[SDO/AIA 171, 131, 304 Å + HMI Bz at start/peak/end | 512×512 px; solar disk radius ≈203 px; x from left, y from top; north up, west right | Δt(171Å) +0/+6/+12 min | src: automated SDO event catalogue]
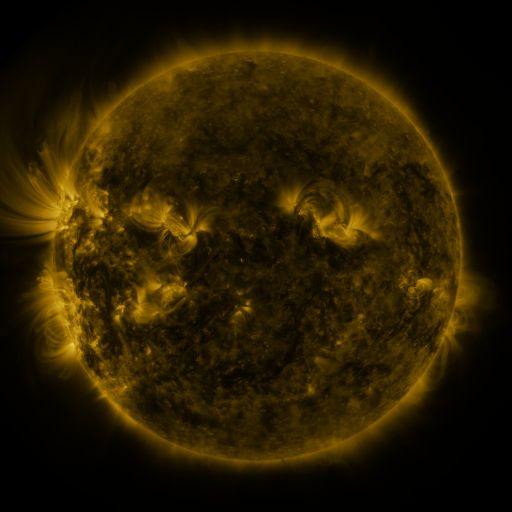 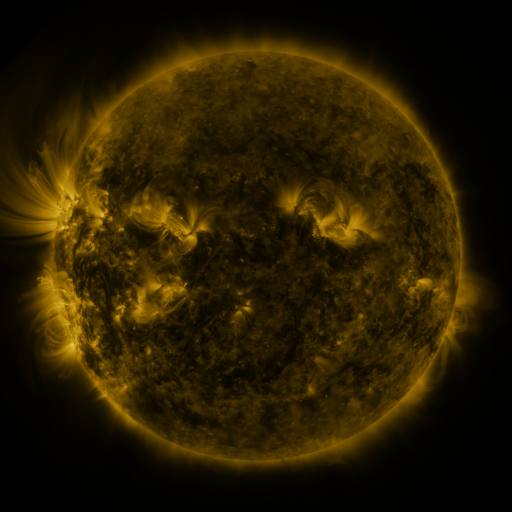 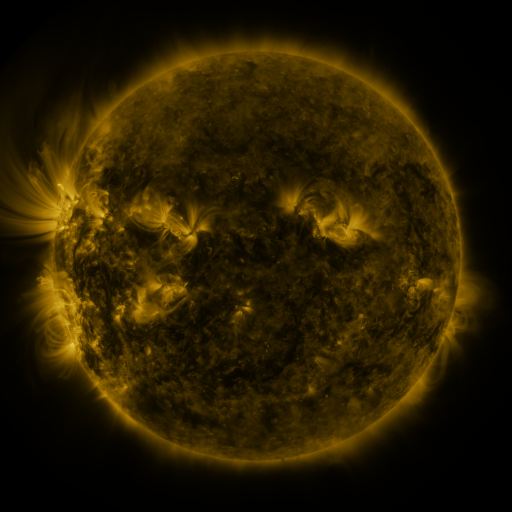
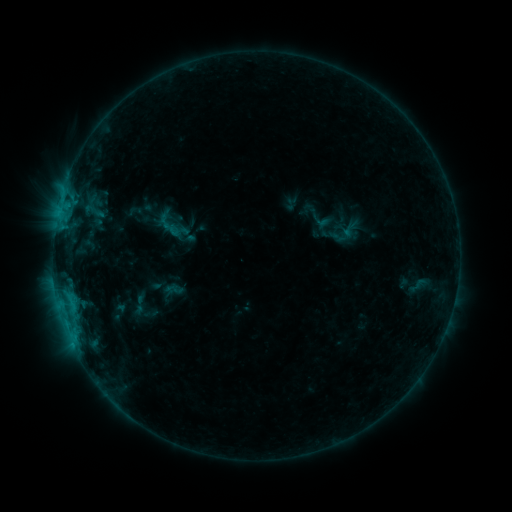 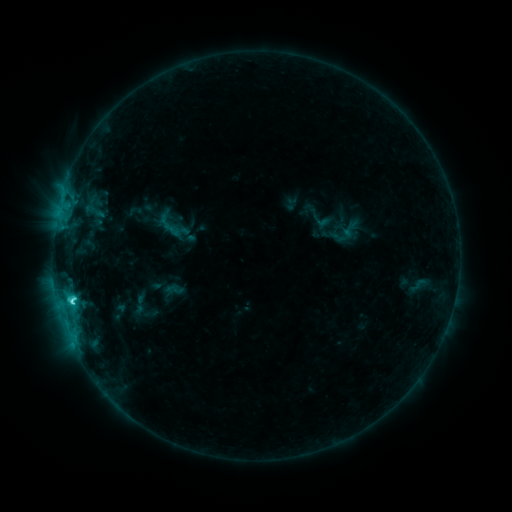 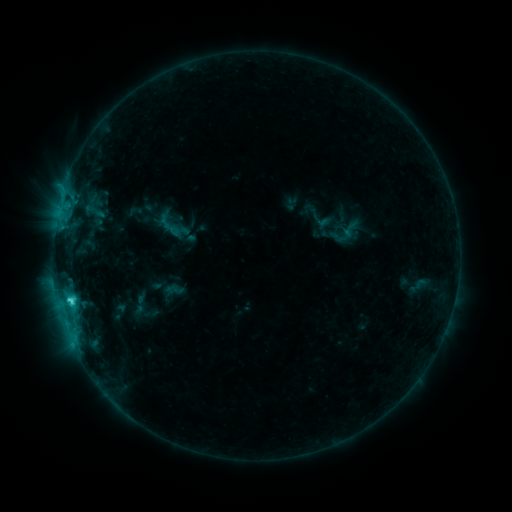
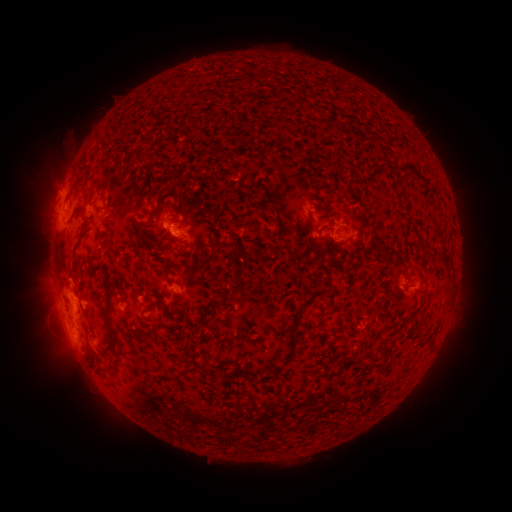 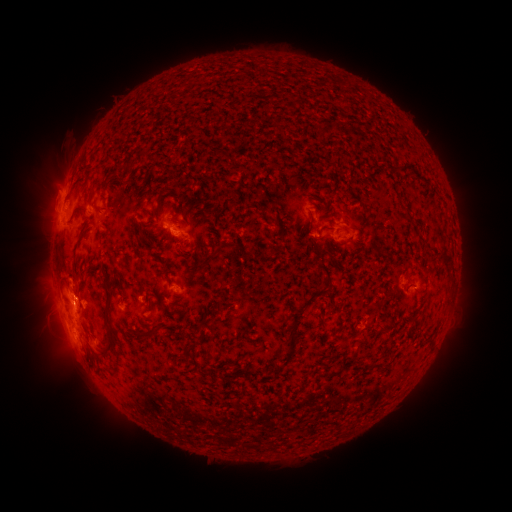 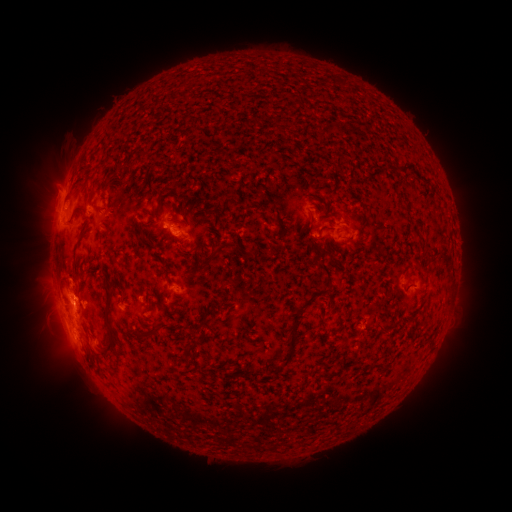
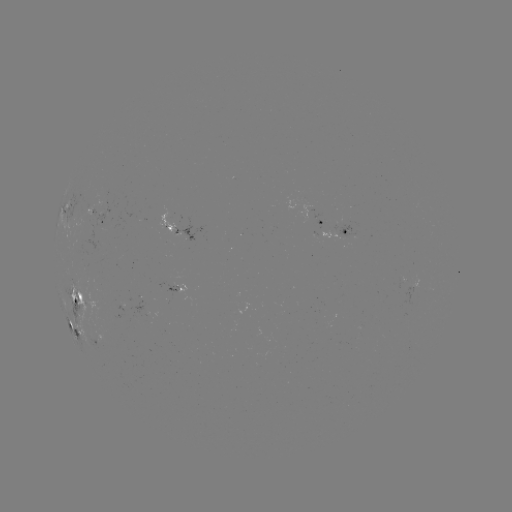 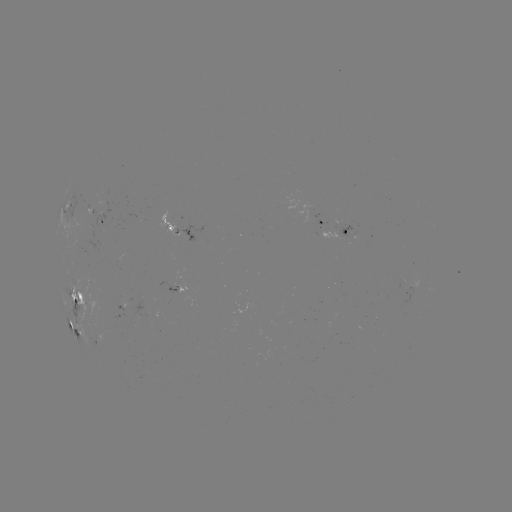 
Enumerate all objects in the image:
C3.4 flare: (74, 302)
